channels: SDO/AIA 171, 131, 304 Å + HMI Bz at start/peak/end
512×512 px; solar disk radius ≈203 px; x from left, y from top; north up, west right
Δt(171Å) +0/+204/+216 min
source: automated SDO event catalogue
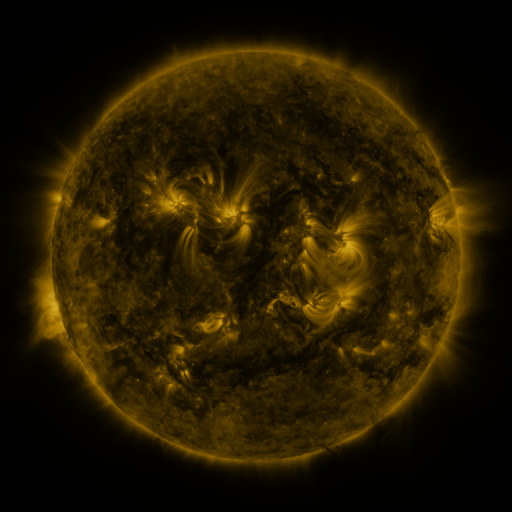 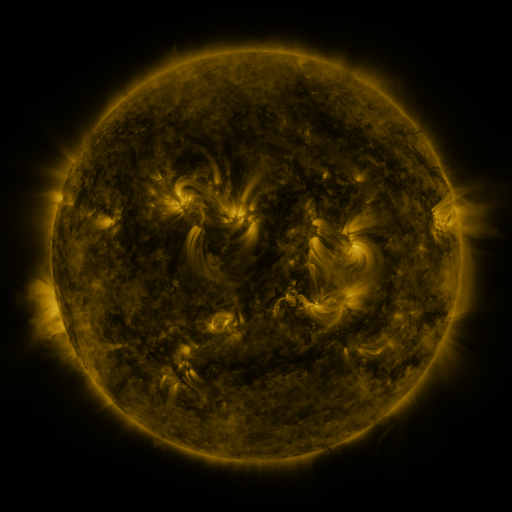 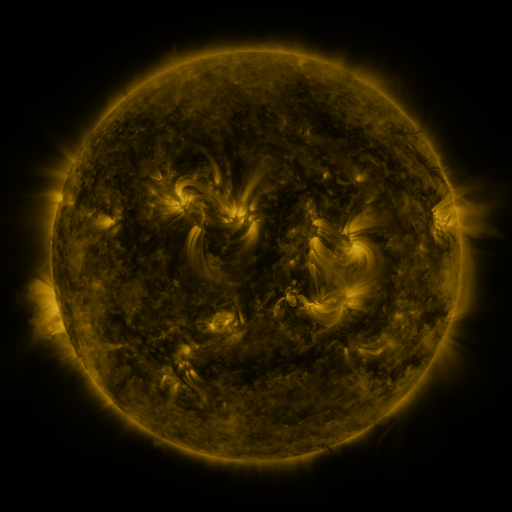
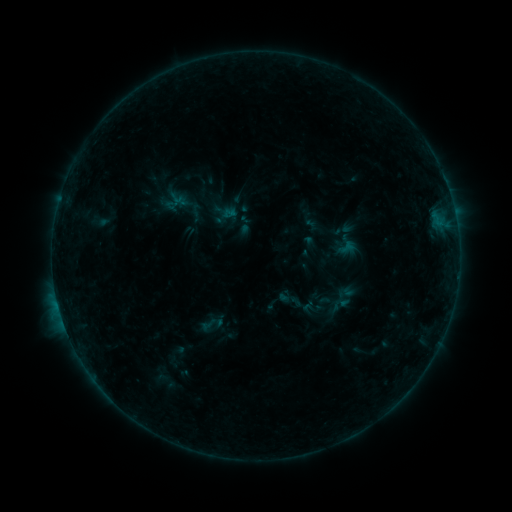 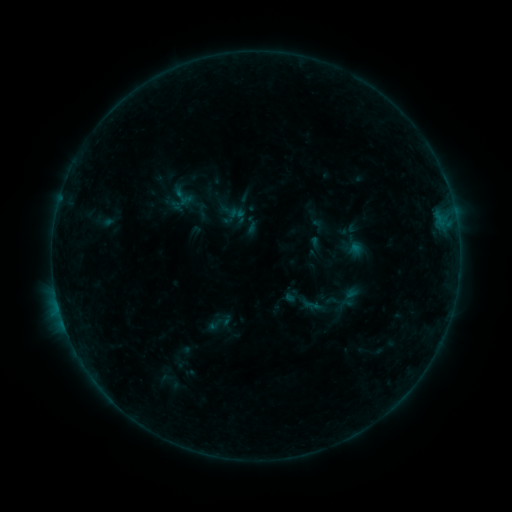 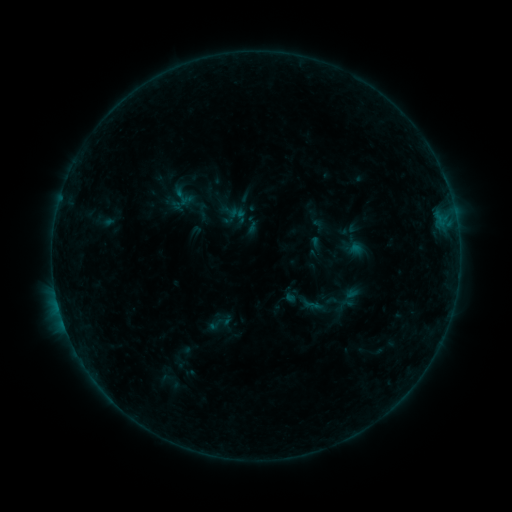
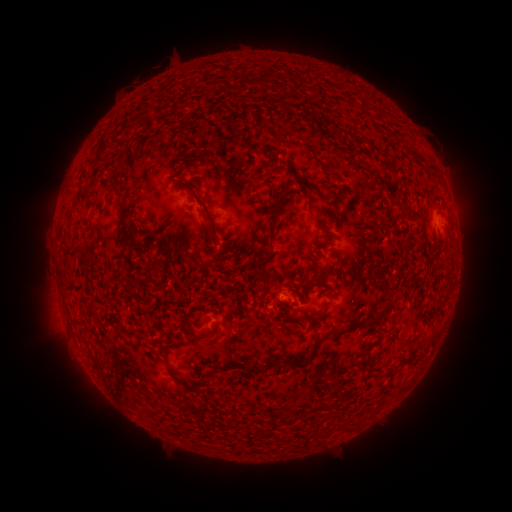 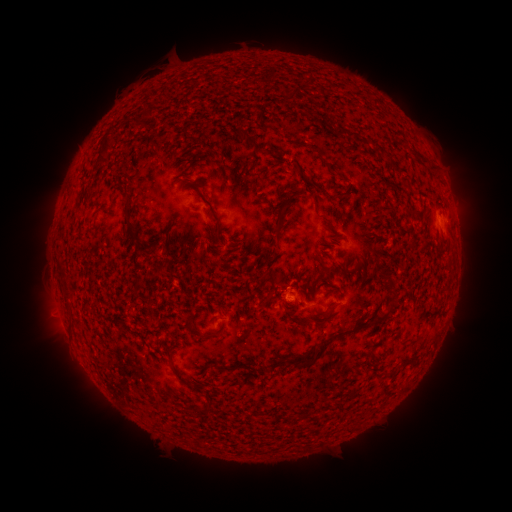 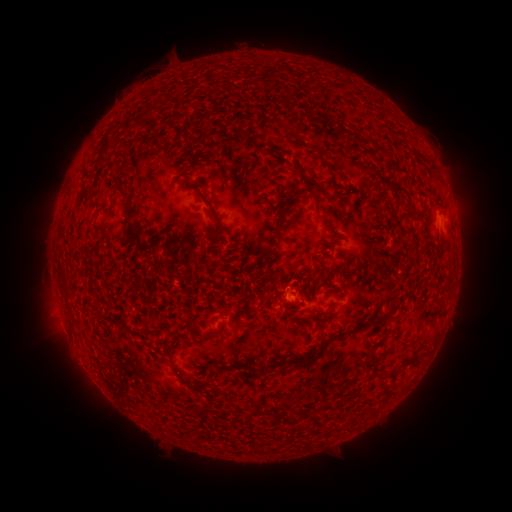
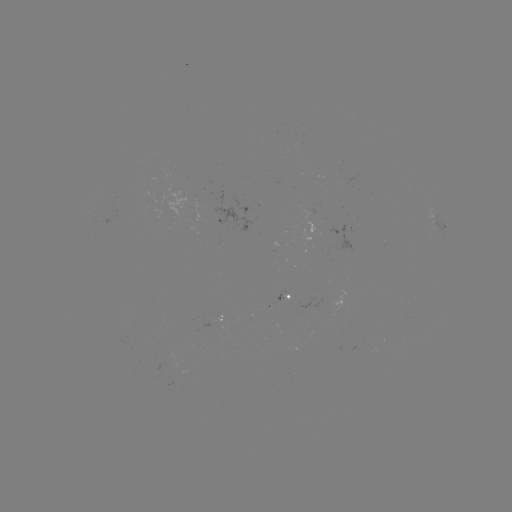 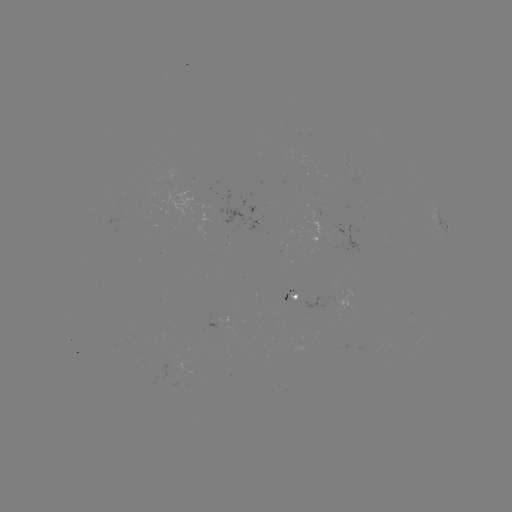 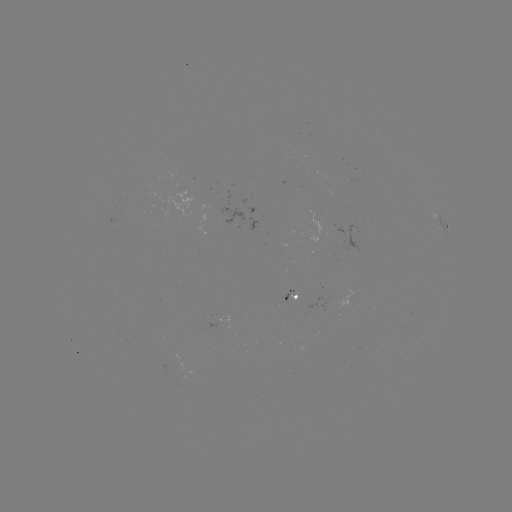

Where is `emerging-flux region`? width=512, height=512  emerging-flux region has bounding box [288, 290, 297, 301].